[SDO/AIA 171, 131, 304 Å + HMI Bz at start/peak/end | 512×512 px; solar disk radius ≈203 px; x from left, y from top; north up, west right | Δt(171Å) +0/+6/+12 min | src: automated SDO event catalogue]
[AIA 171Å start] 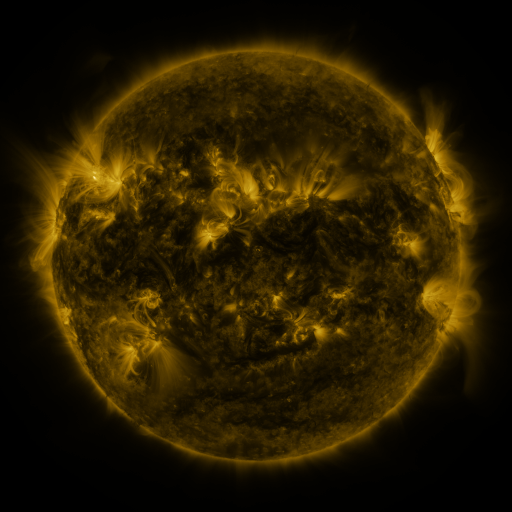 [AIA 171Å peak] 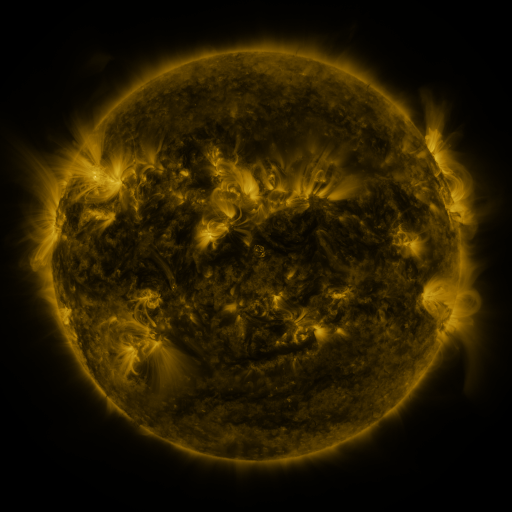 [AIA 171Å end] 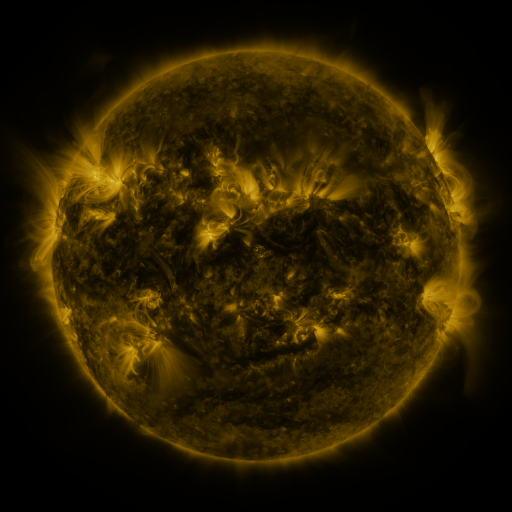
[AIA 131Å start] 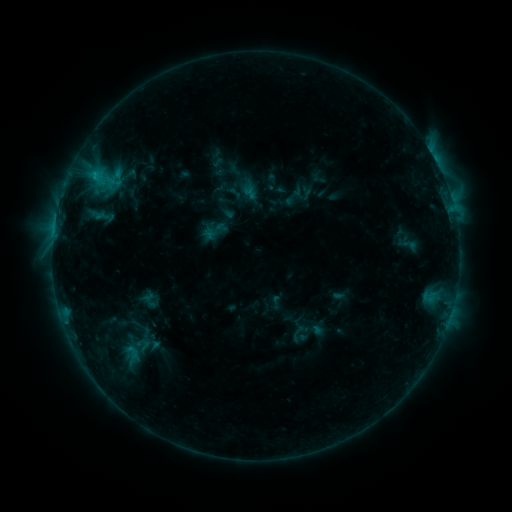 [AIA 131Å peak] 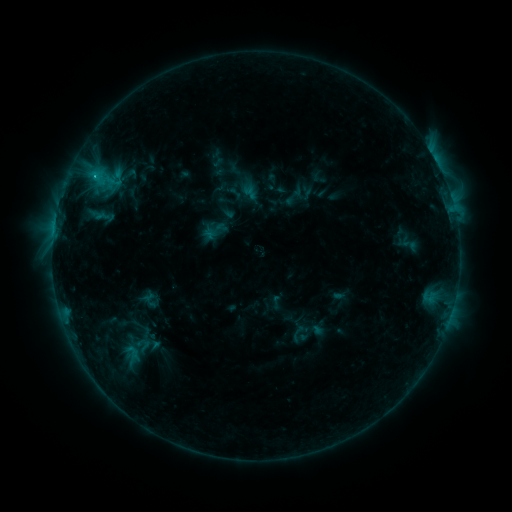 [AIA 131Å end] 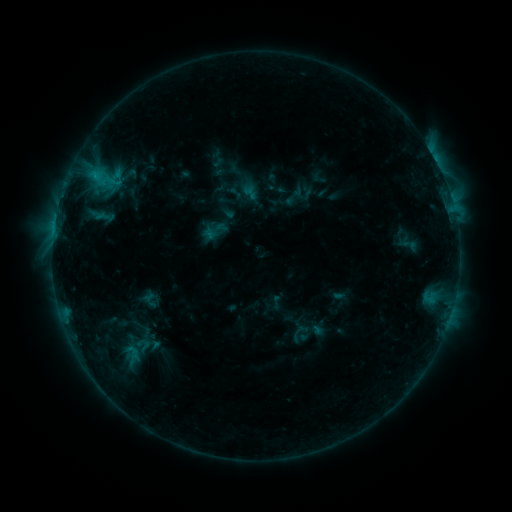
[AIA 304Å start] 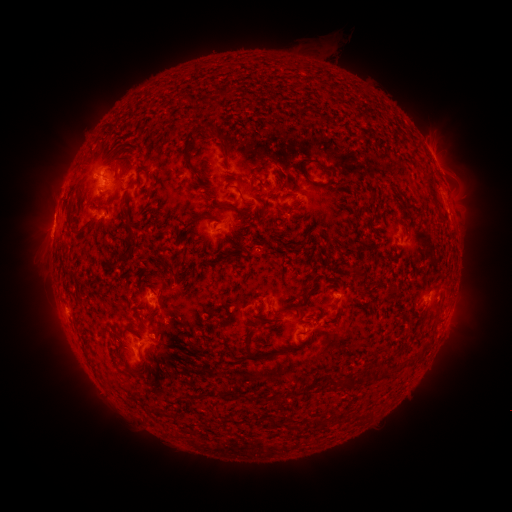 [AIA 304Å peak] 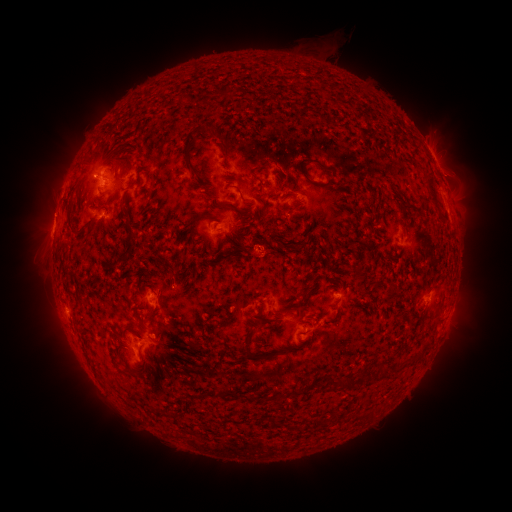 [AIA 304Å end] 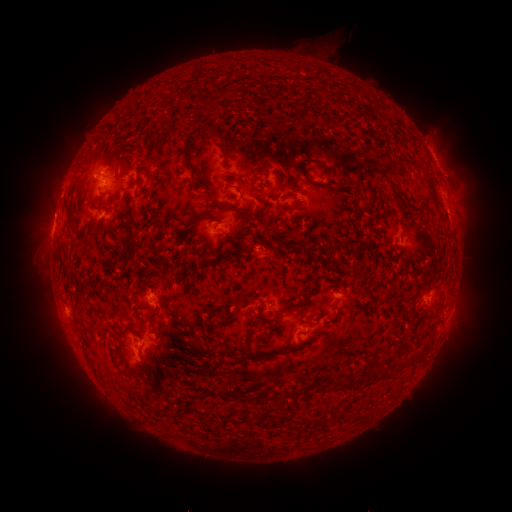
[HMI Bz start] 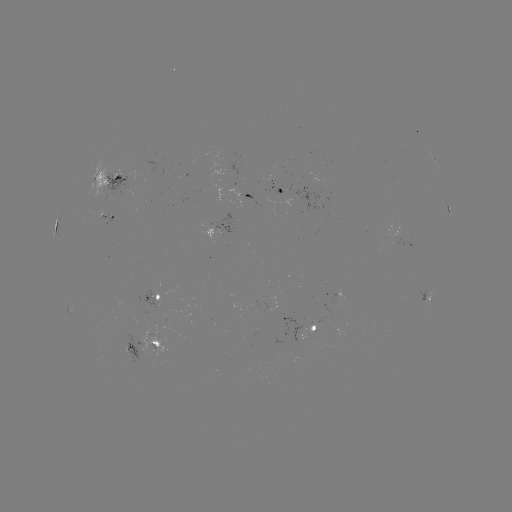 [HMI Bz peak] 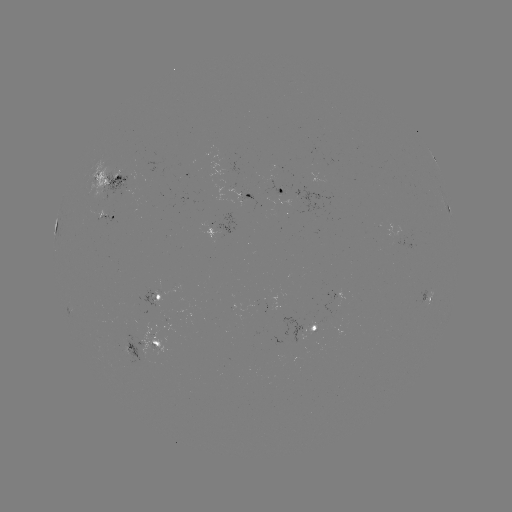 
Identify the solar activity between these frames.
C1.2 flare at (95, 179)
